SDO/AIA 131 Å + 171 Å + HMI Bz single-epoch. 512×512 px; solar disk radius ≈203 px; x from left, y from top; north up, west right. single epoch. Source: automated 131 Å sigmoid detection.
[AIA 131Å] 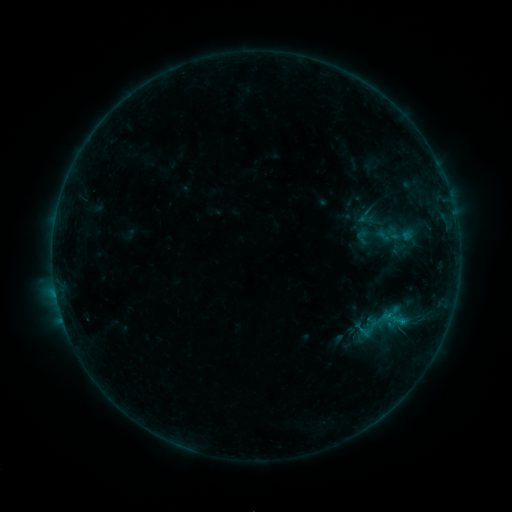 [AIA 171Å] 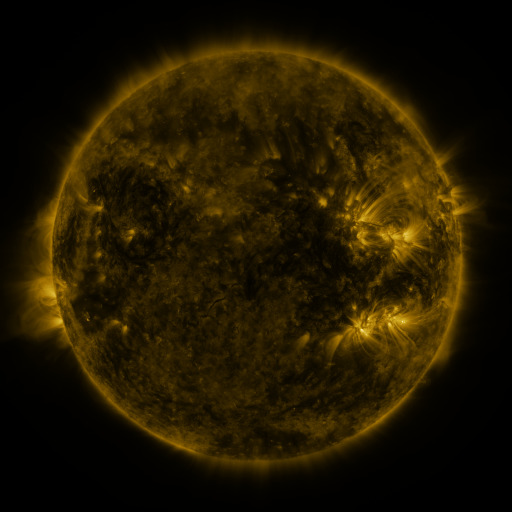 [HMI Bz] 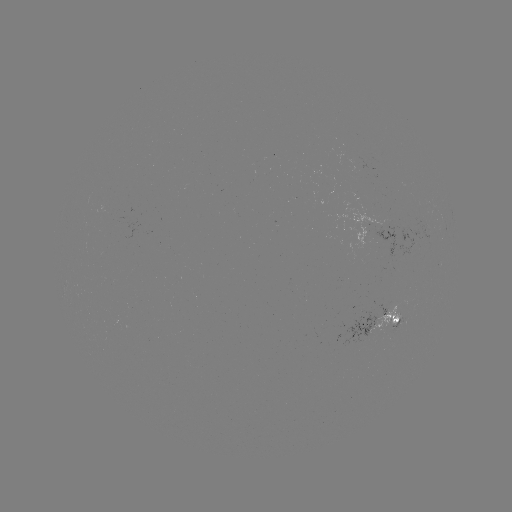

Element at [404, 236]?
sigmoid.